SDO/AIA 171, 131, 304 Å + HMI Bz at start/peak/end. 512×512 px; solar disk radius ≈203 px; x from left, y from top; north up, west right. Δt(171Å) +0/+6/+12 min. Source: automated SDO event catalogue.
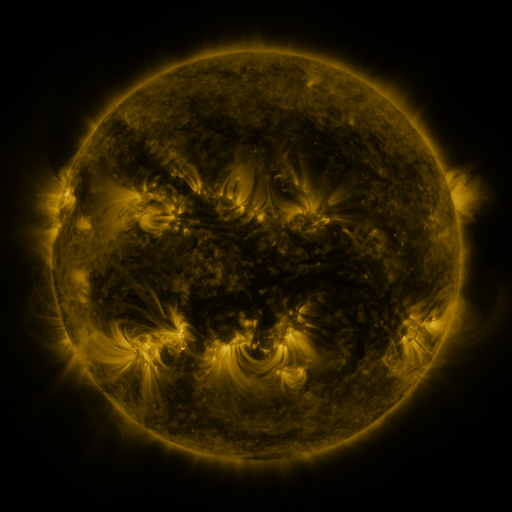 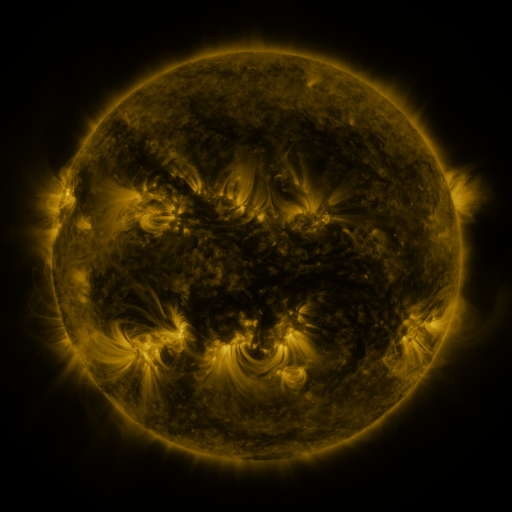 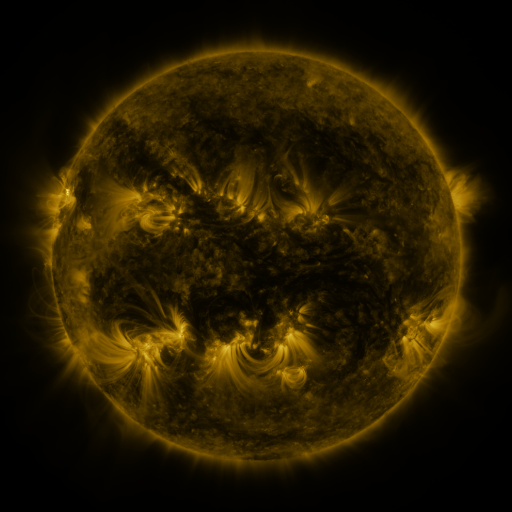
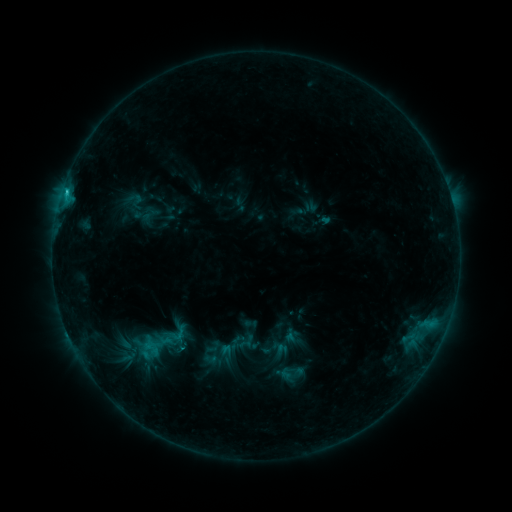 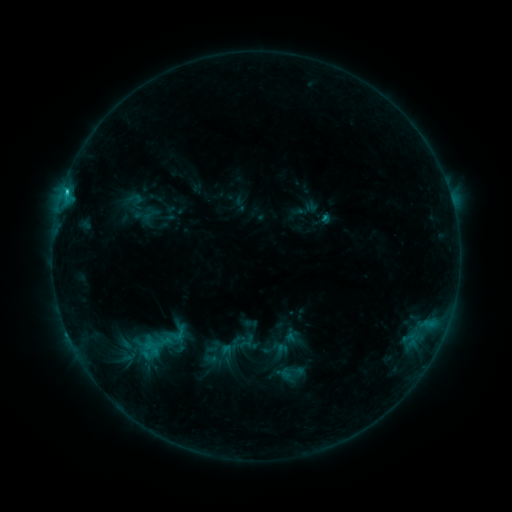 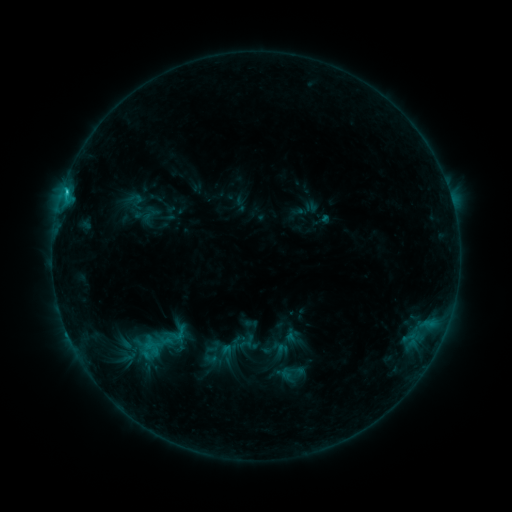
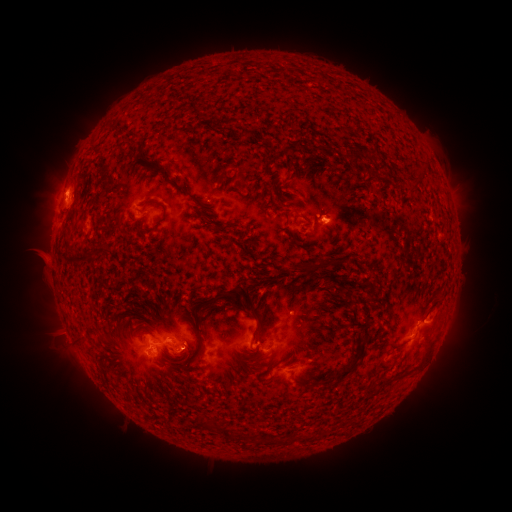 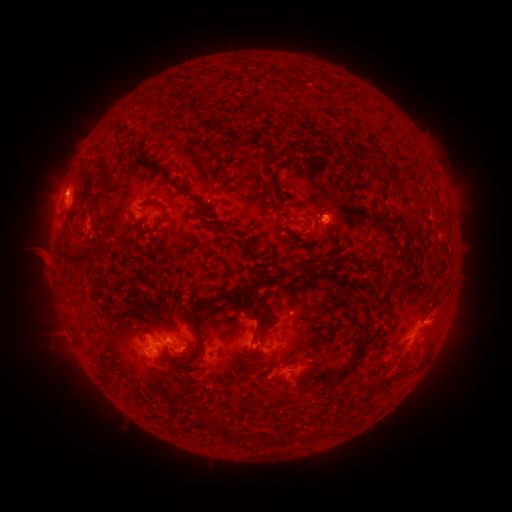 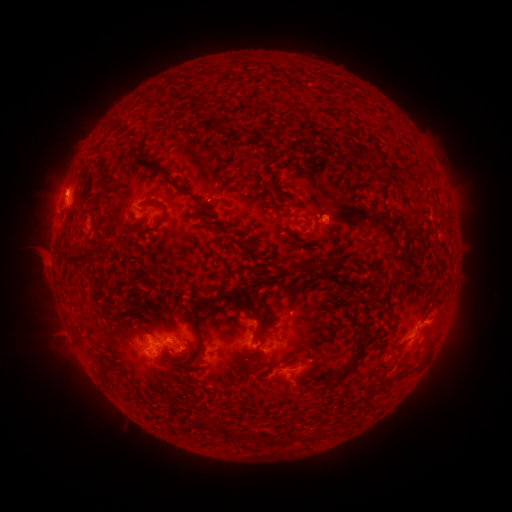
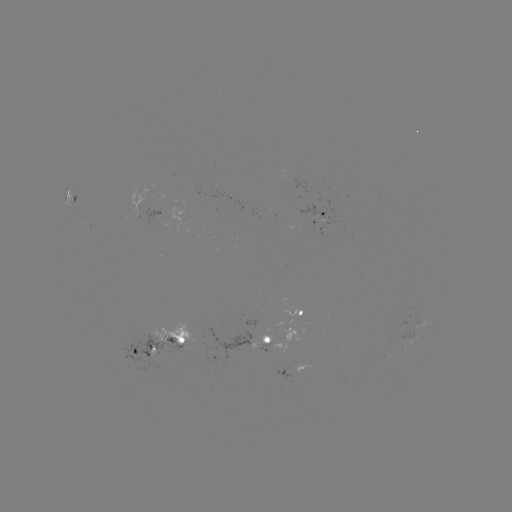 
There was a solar eruption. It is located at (55, 181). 